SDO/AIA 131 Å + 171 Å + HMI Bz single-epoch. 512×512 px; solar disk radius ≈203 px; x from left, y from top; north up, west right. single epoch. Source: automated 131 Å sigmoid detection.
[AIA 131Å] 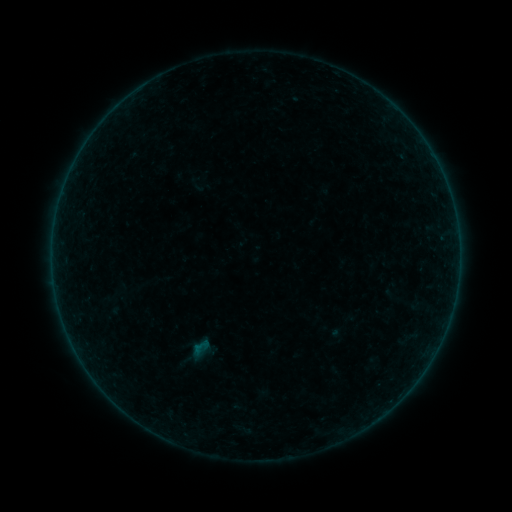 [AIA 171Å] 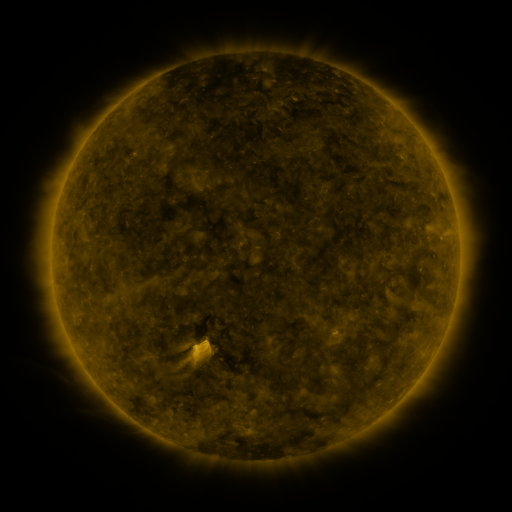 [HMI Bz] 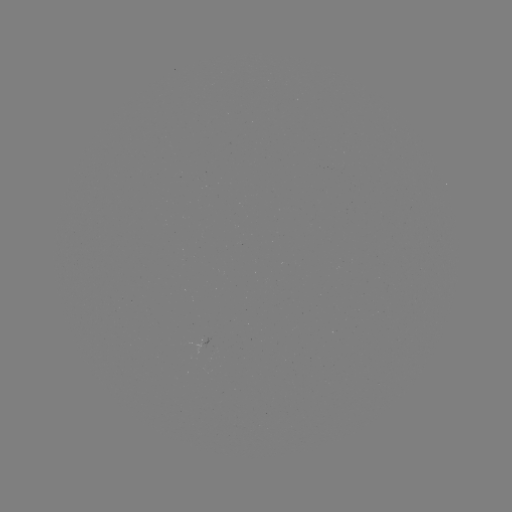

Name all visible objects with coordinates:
sigmoid: (201, 347)
